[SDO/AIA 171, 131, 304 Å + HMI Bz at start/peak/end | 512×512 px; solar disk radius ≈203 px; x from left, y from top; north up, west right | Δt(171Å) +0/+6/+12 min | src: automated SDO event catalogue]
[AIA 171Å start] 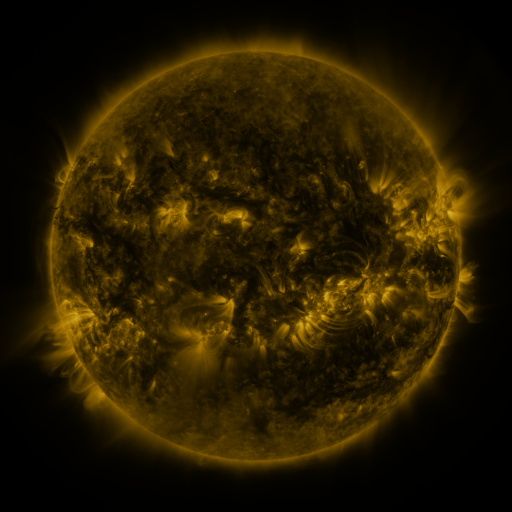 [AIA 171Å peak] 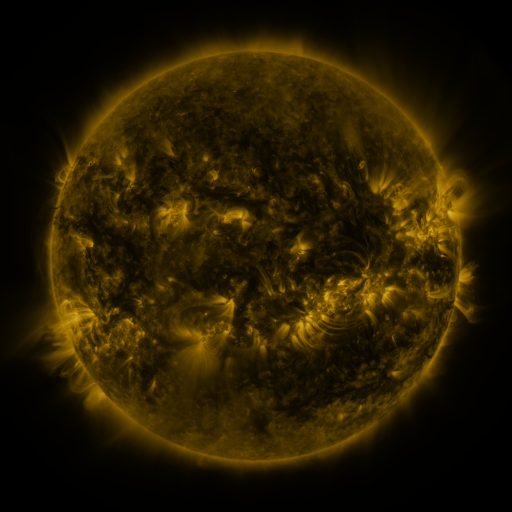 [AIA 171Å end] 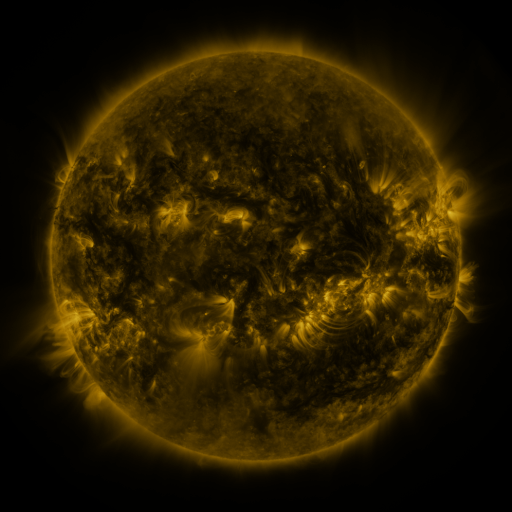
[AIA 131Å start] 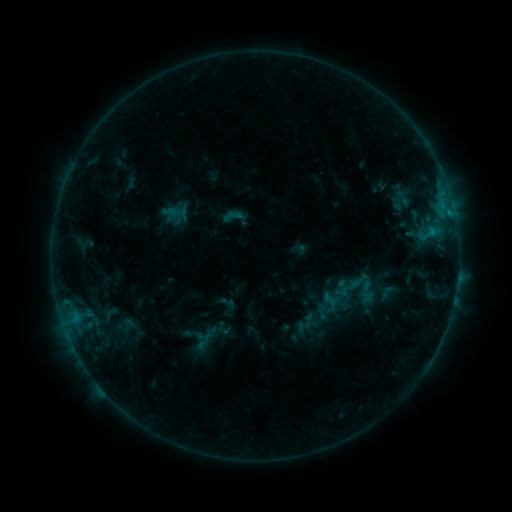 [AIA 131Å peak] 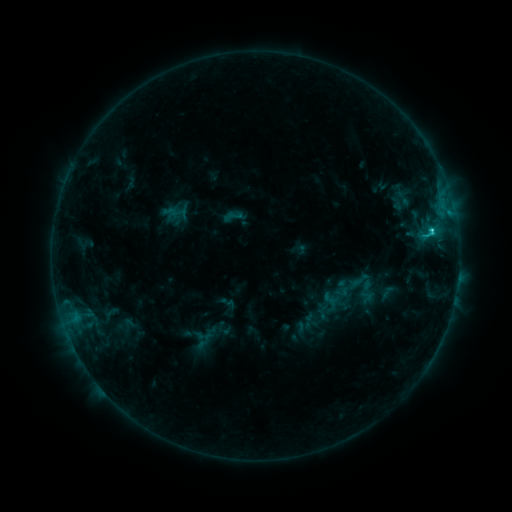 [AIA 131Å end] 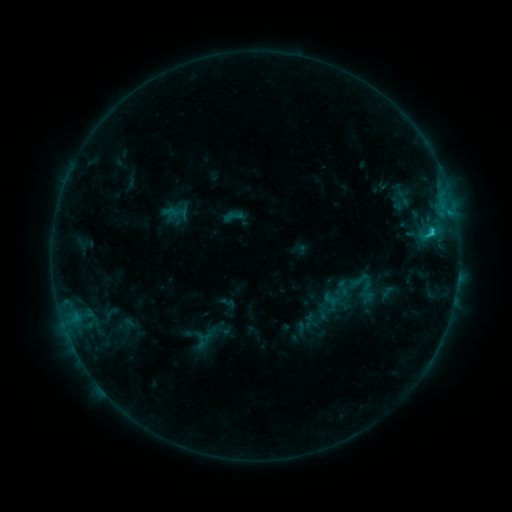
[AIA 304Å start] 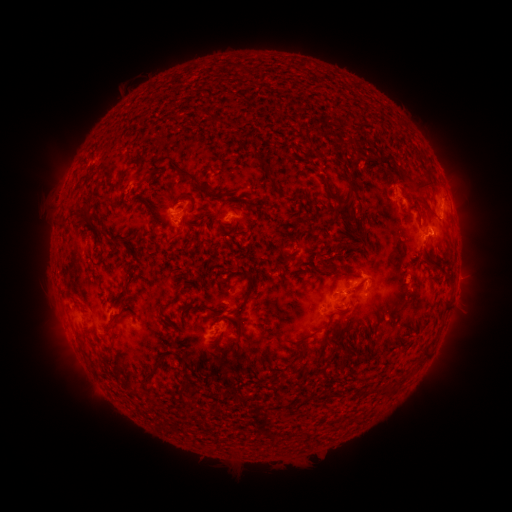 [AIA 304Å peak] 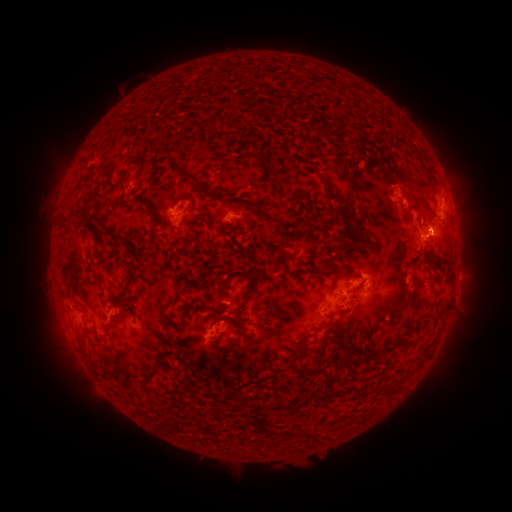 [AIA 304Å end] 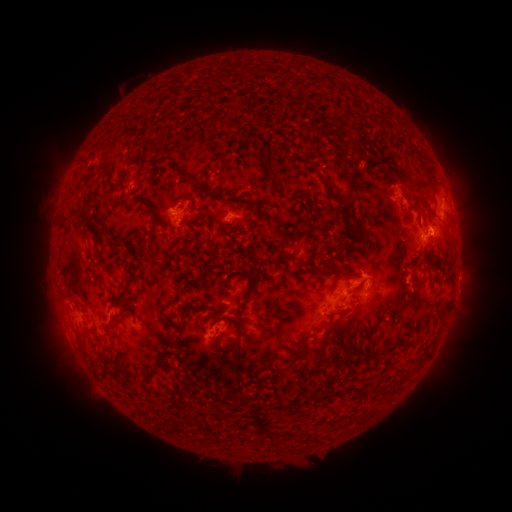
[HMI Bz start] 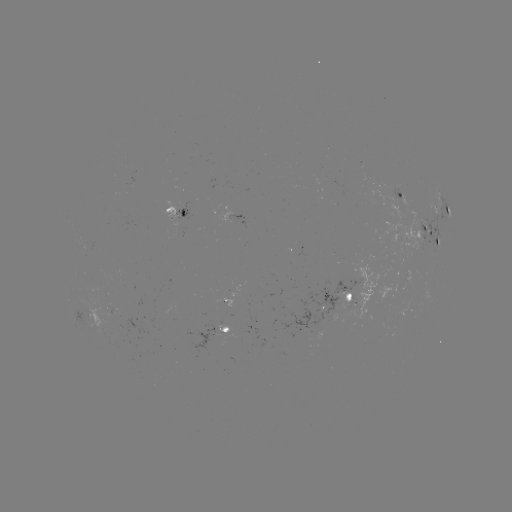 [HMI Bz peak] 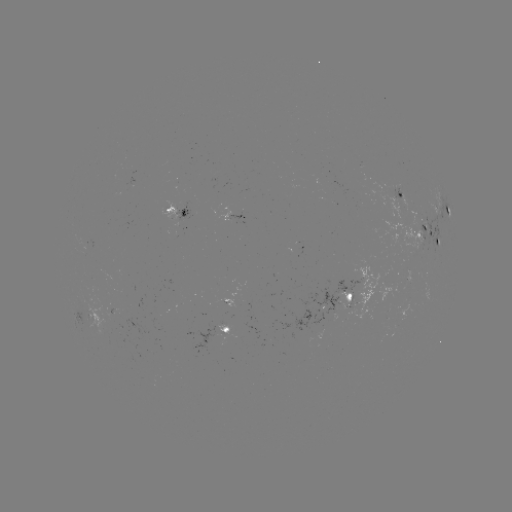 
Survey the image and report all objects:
C1.5 flare: (429, 233)
